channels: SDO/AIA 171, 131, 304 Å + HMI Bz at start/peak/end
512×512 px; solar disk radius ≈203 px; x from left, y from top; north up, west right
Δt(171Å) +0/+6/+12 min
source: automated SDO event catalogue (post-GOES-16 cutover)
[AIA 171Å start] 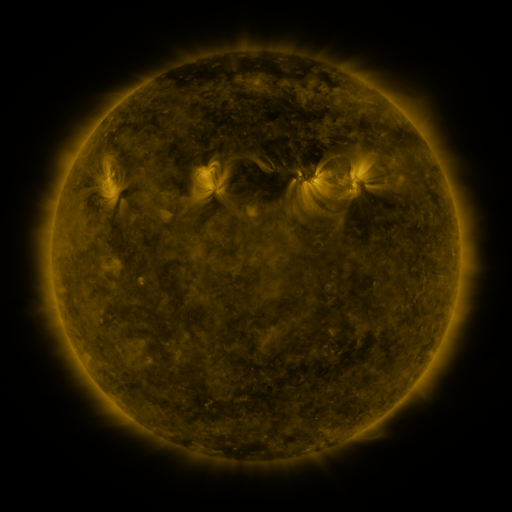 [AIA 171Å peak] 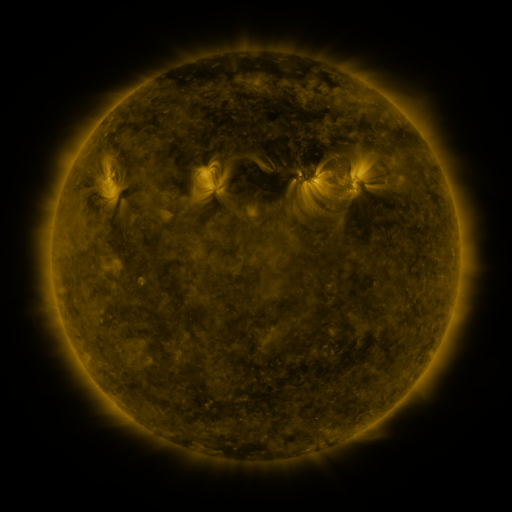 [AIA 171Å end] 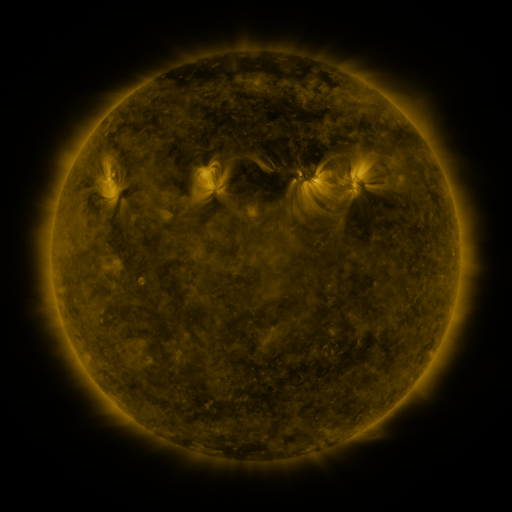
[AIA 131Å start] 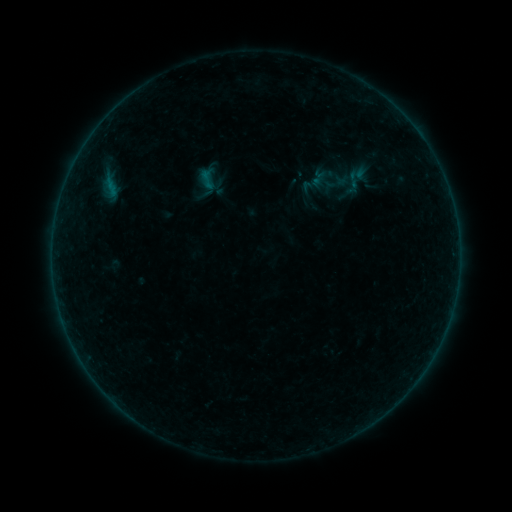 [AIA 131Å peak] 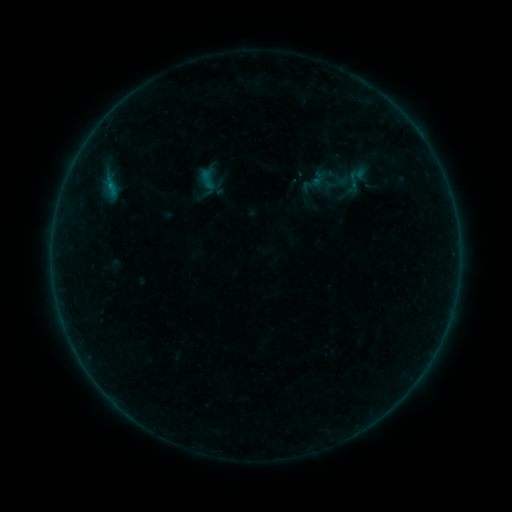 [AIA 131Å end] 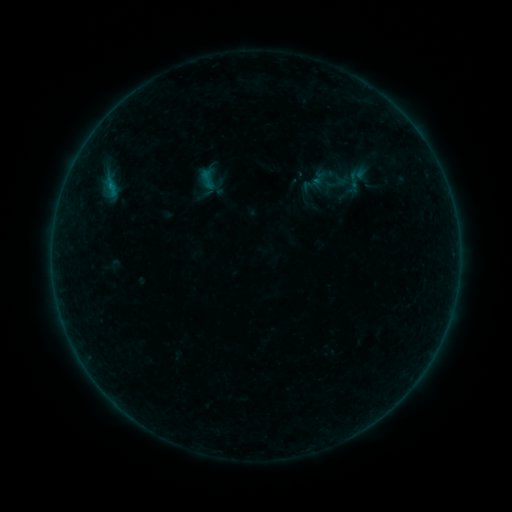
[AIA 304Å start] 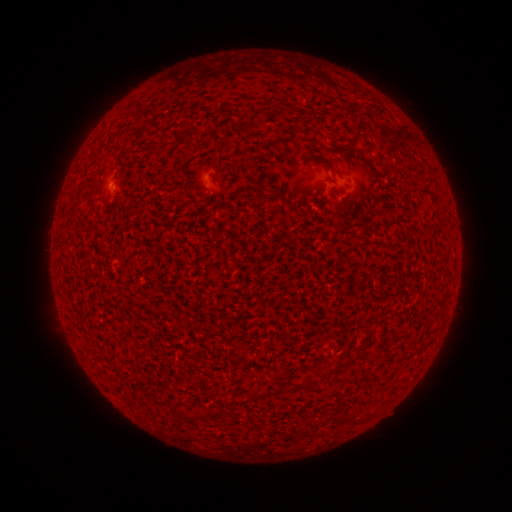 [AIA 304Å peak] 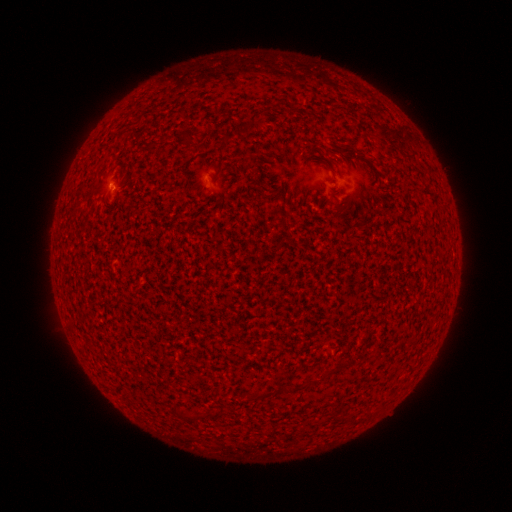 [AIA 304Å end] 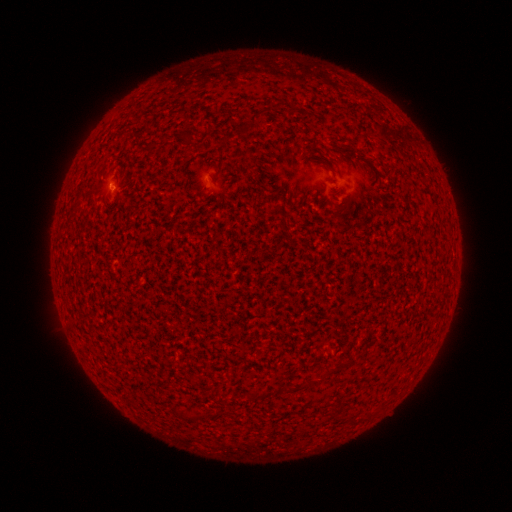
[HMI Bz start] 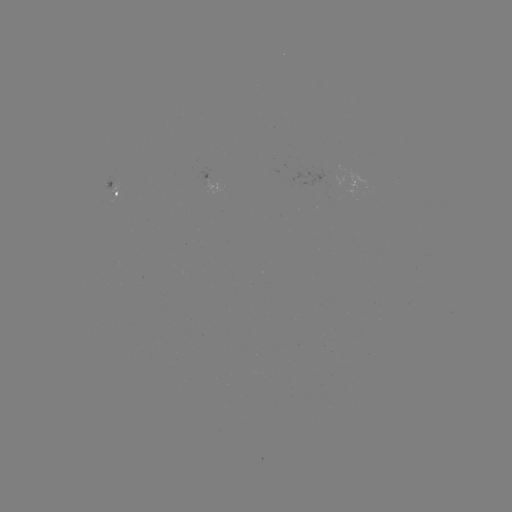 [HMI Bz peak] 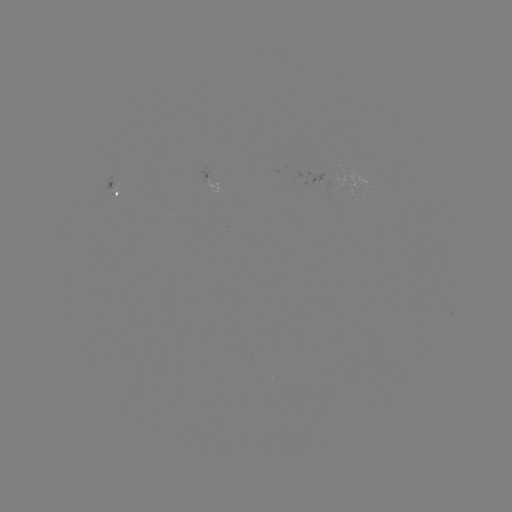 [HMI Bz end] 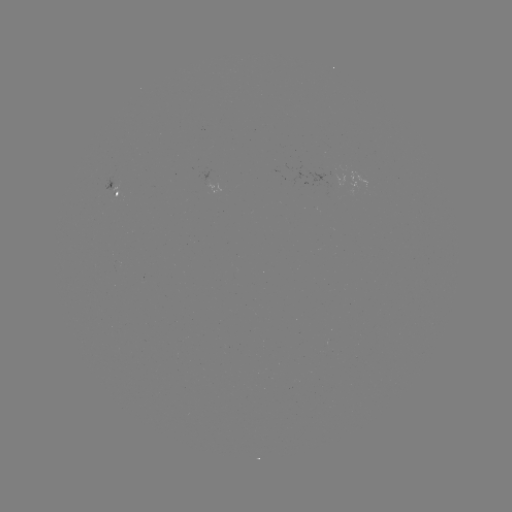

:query B1.4 flare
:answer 110,189